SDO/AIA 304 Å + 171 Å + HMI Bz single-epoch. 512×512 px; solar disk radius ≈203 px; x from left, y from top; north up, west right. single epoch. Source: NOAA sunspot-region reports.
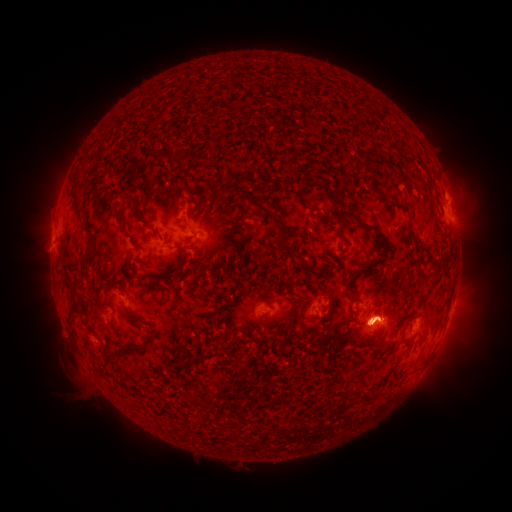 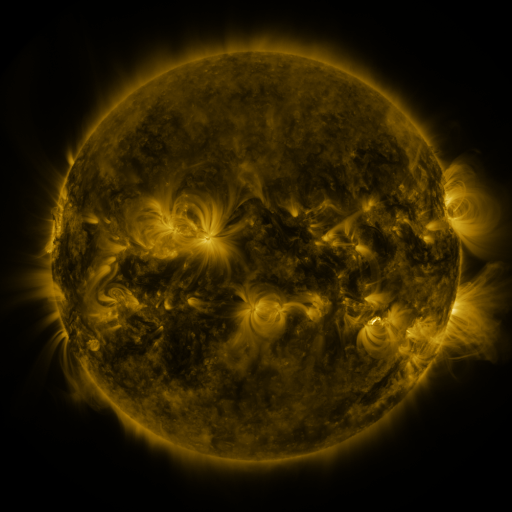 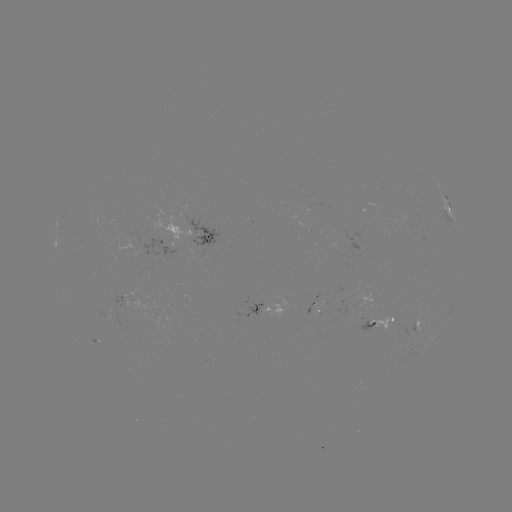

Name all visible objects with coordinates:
spotted active region: (449, 204)
spotted active region: (211, 238)
spotted active region: (266, 309)
spotted active region: (452, 309)
spotted active region: (383, 320)
spotted active region: (422, 321)
